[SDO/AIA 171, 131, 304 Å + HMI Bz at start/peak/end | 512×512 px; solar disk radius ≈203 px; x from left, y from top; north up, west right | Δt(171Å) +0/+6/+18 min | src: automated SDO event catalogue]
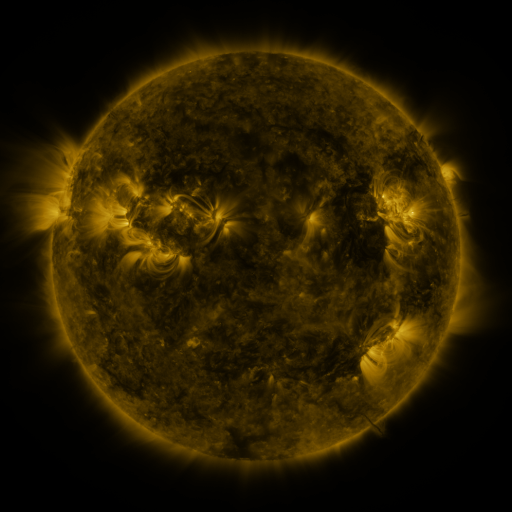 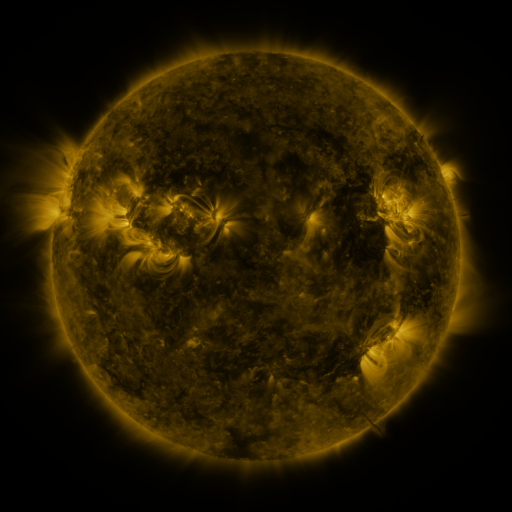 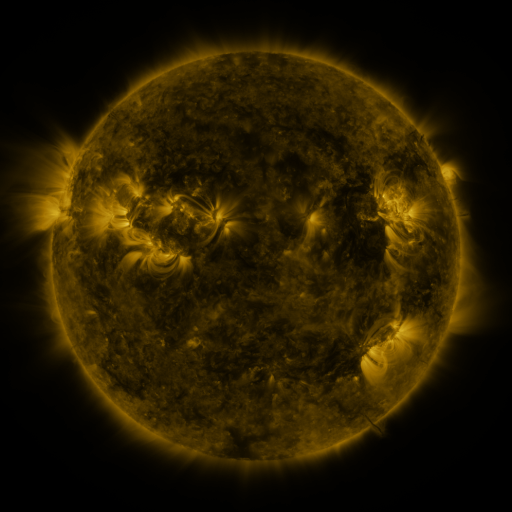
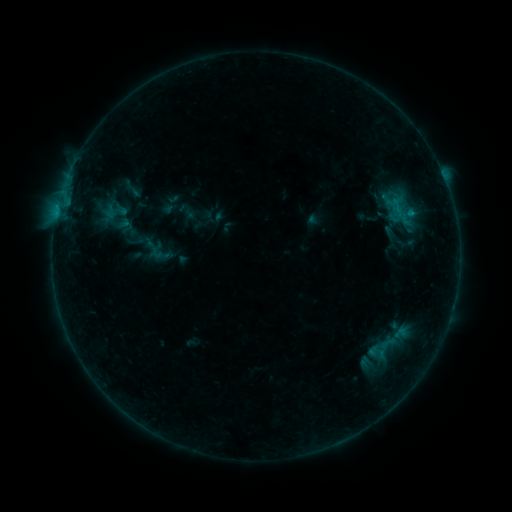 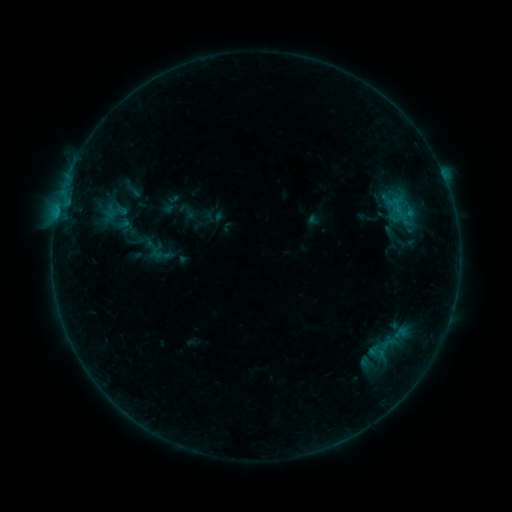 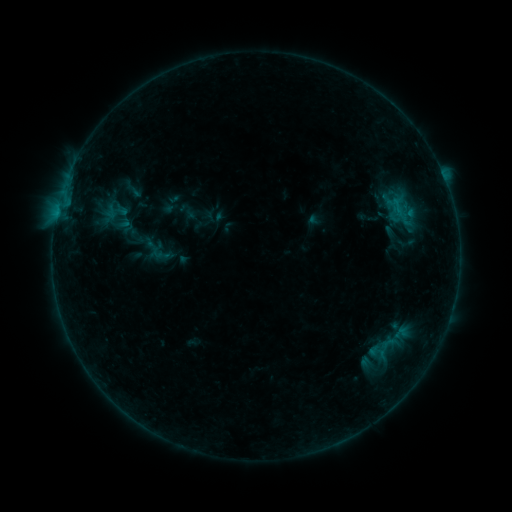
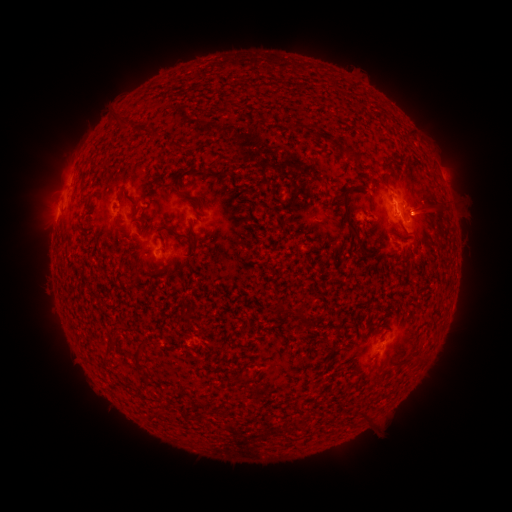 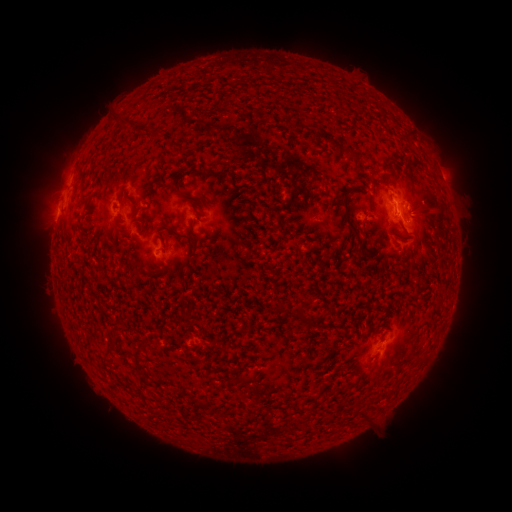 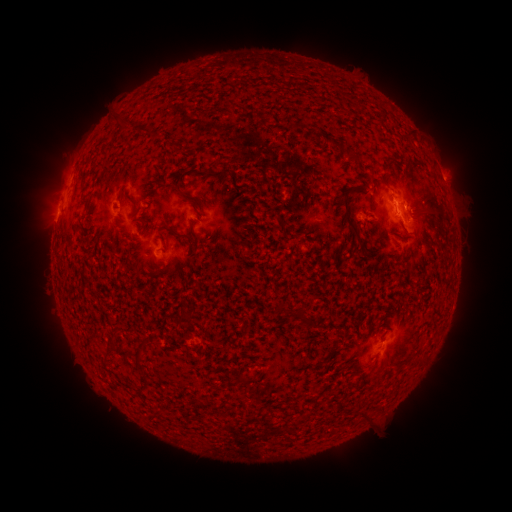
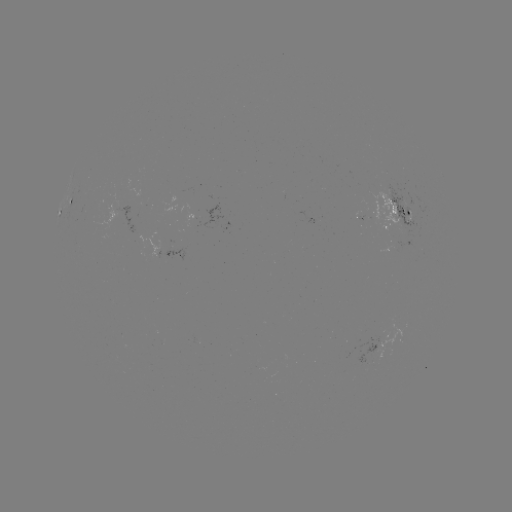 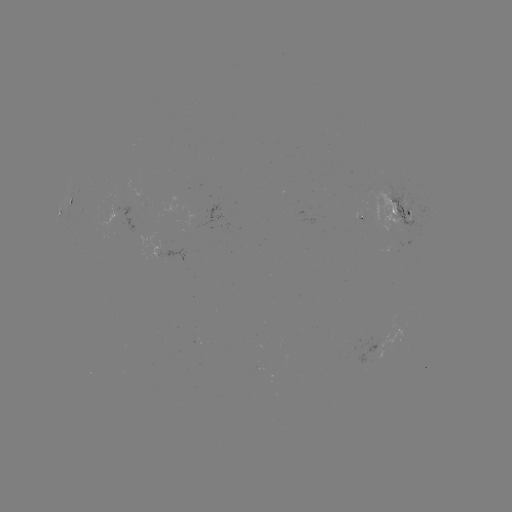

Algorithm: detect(B4.6 flare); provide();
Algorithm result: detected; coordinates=[58, 211]